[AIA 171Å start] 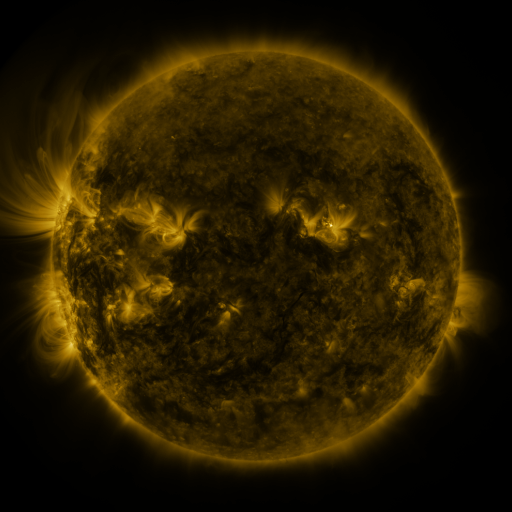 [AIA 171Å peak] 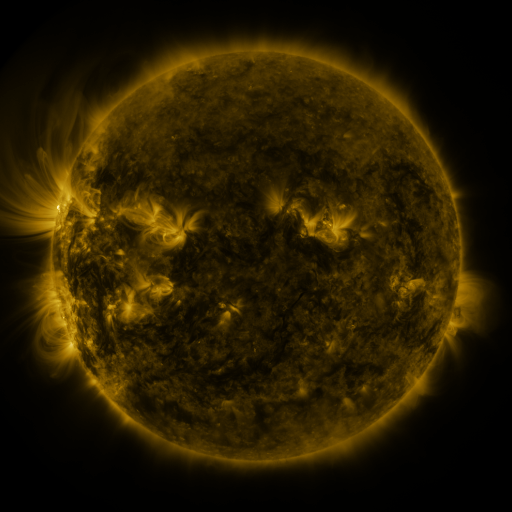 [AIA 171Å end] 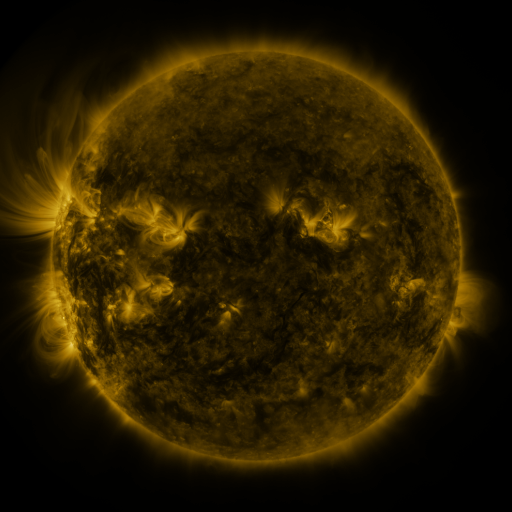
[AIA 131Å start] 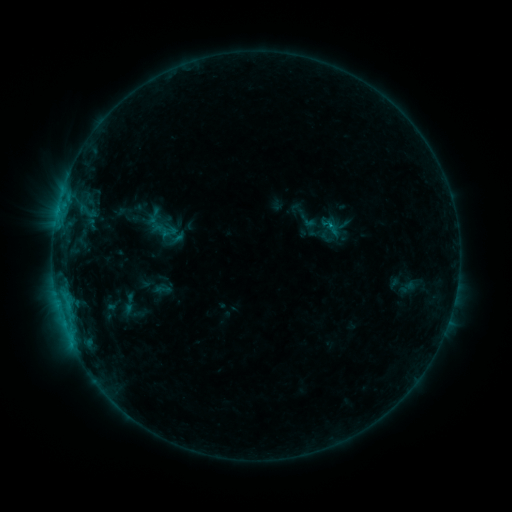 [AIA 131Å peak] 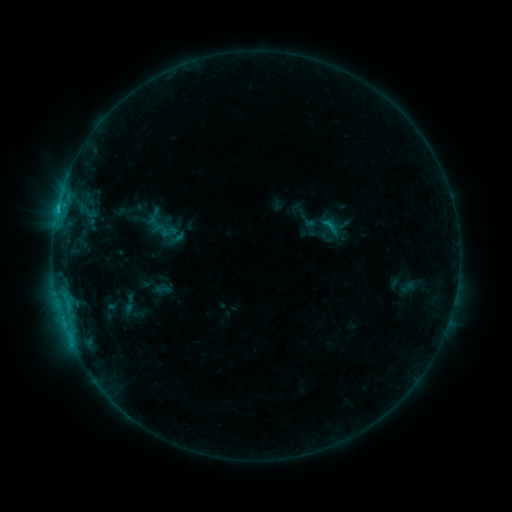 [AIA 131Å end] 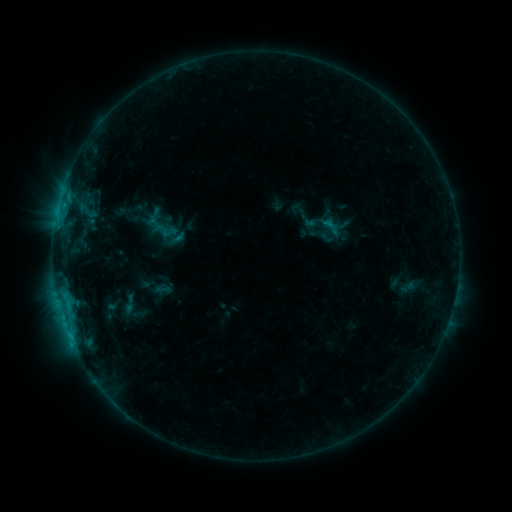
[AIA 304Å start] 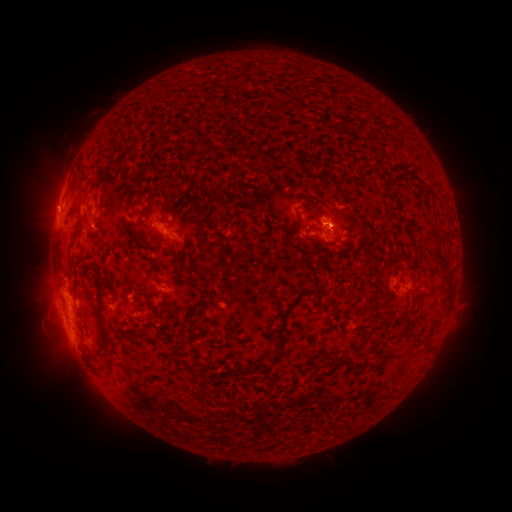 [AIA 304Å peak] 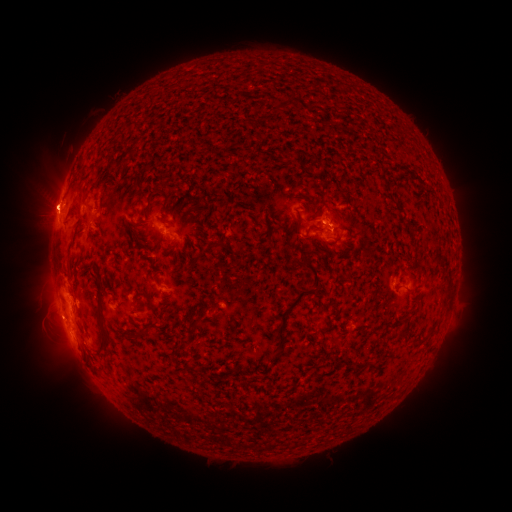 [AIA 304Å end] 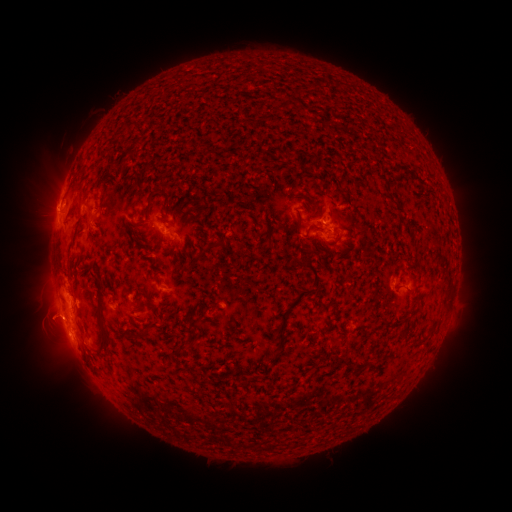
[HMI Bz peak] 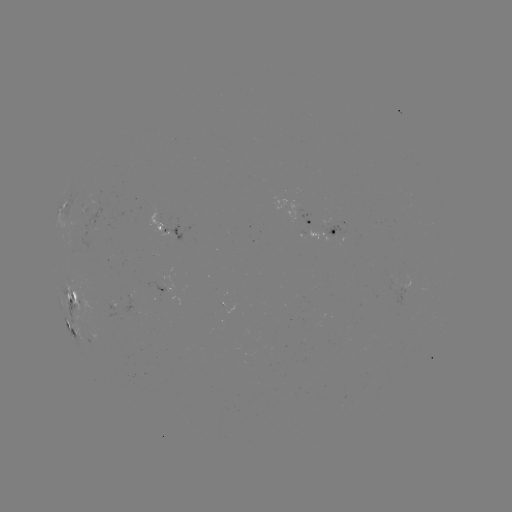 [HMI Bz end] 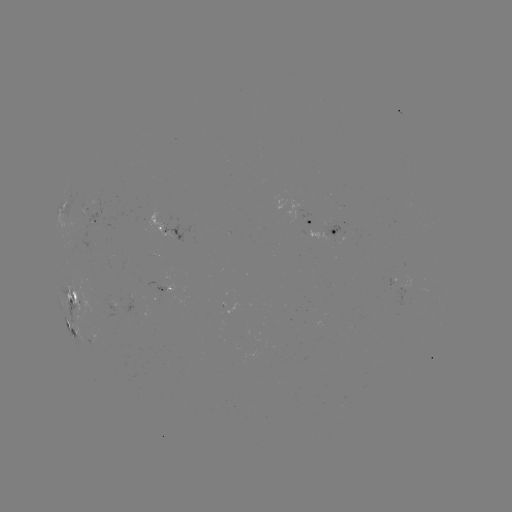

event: eruption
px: (48, 199)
